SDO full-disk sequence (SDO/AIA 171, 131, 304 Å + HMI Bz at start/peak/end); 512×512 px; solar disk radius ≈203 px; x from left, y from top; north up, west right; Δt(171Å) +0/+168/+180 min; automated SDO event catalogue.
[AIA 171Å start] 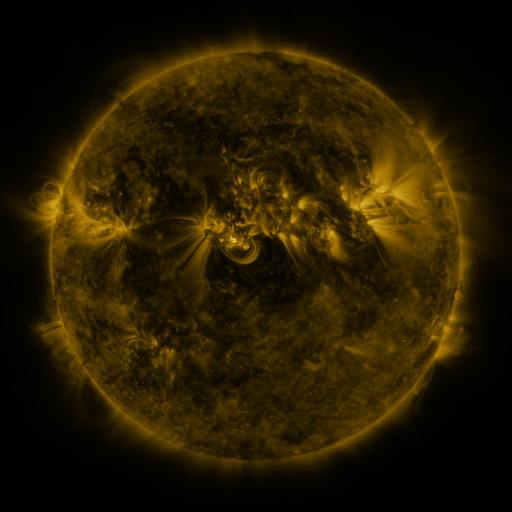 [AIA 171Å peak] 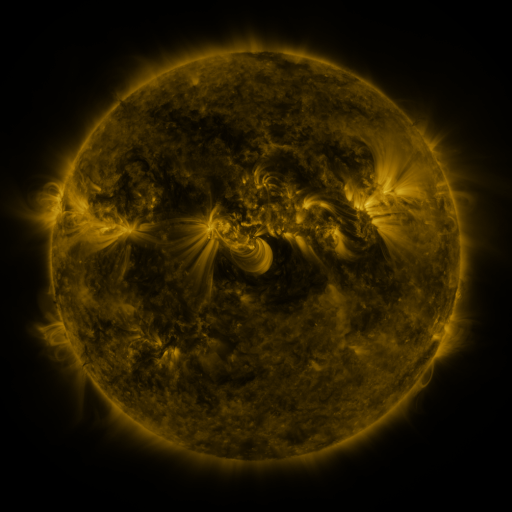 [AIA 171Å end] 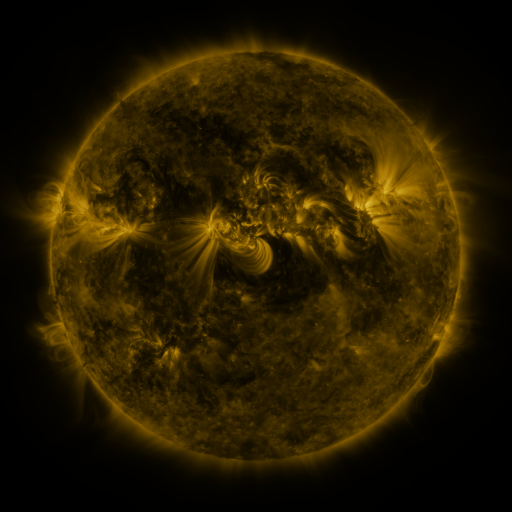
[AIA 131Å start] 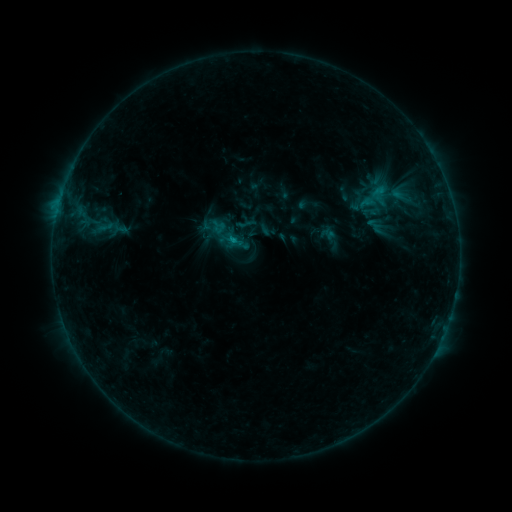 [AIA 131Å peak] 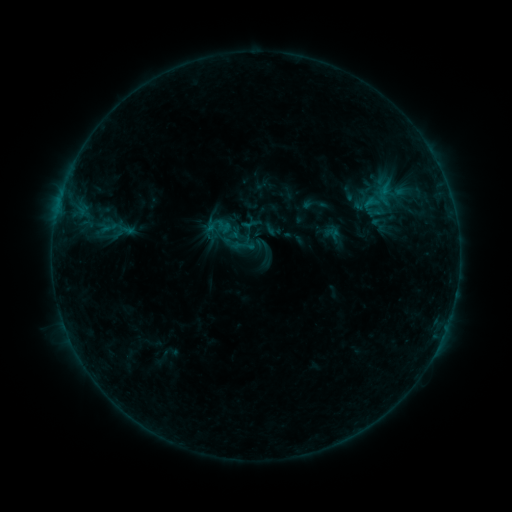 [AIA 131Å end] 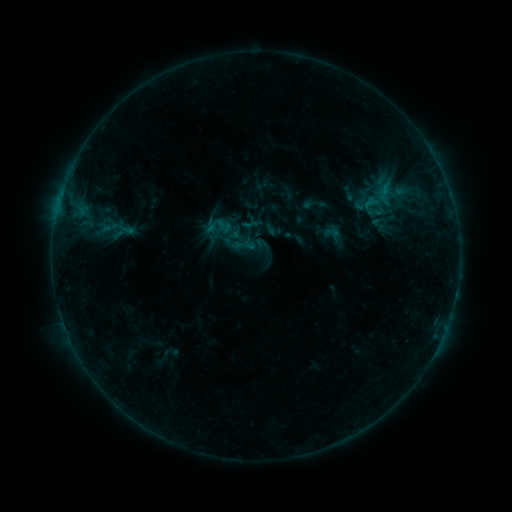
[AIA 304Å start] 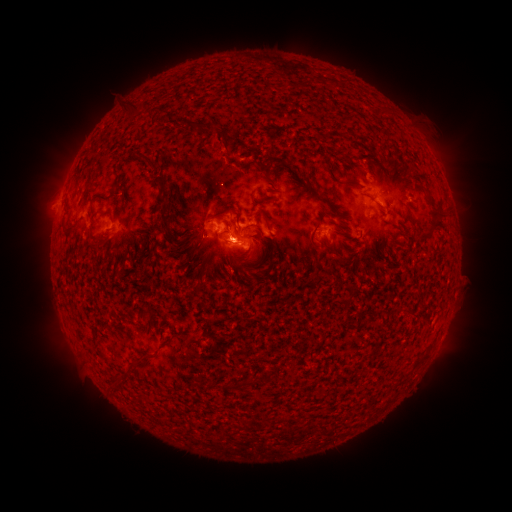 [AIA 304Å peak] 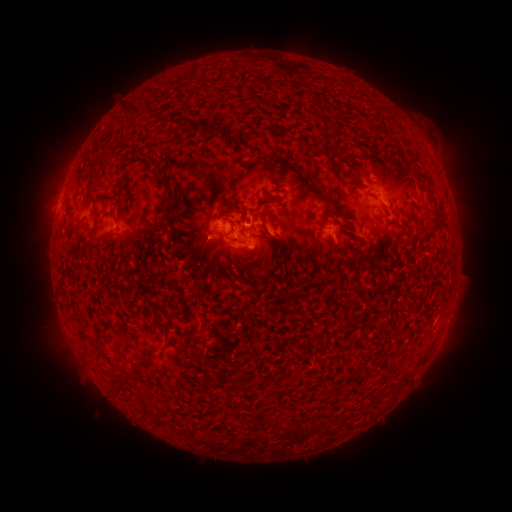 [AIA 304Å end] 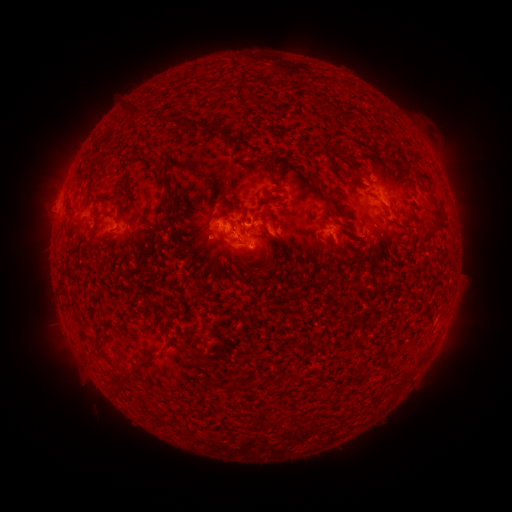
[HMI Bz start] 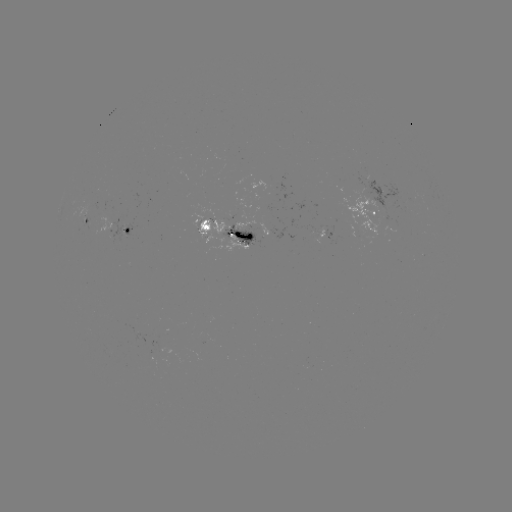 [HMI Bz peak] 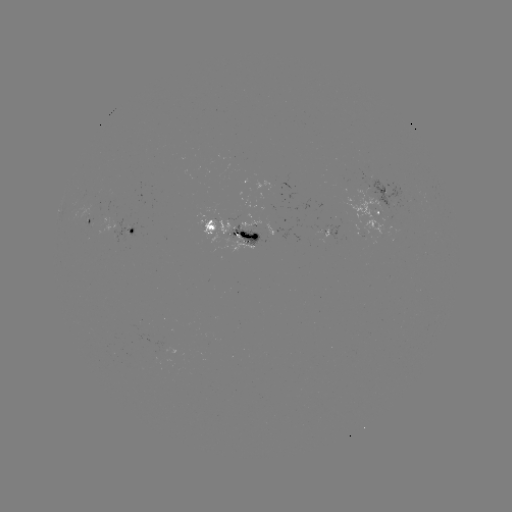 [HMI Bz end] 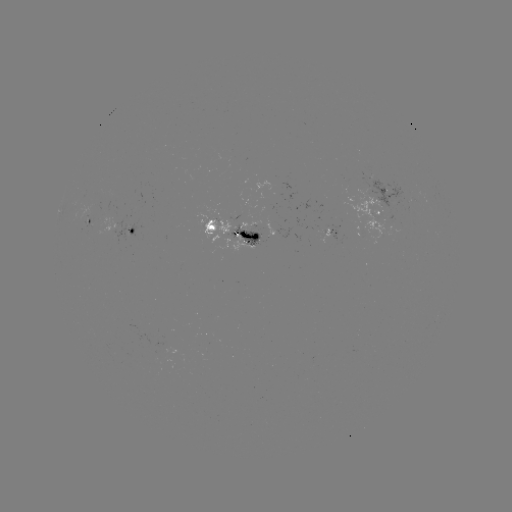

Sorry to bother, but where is emerging-flux region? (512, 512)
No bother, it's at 89,215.